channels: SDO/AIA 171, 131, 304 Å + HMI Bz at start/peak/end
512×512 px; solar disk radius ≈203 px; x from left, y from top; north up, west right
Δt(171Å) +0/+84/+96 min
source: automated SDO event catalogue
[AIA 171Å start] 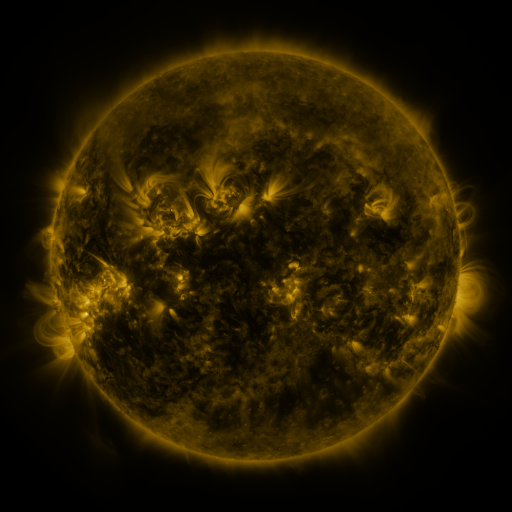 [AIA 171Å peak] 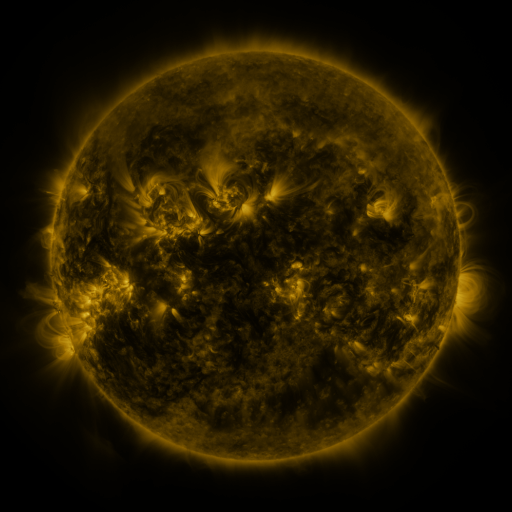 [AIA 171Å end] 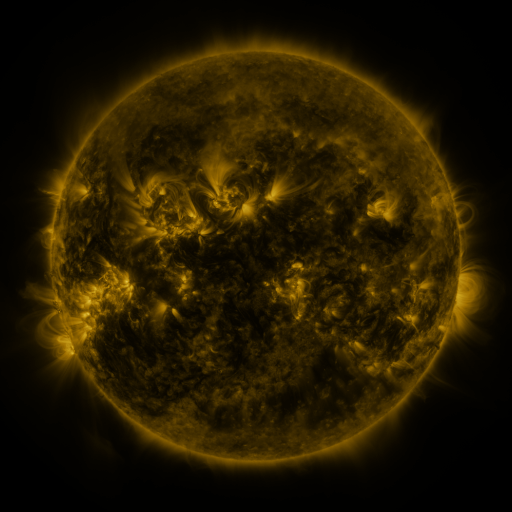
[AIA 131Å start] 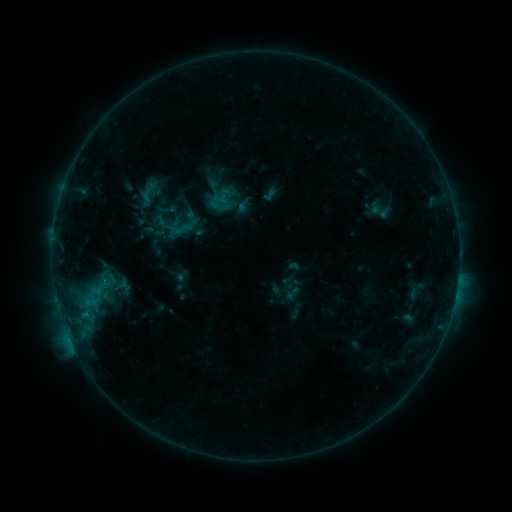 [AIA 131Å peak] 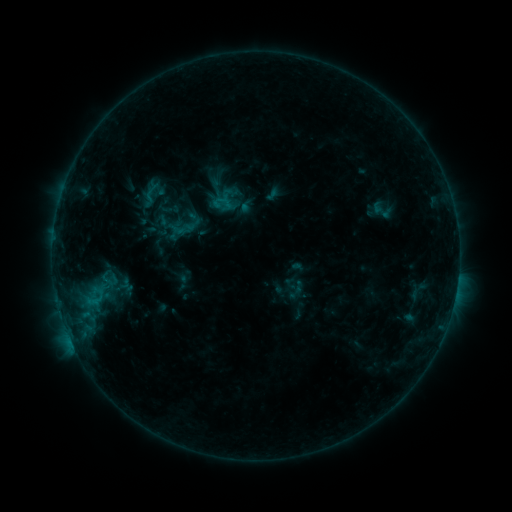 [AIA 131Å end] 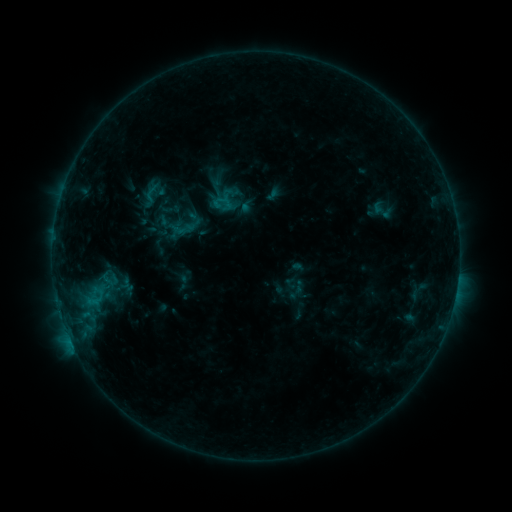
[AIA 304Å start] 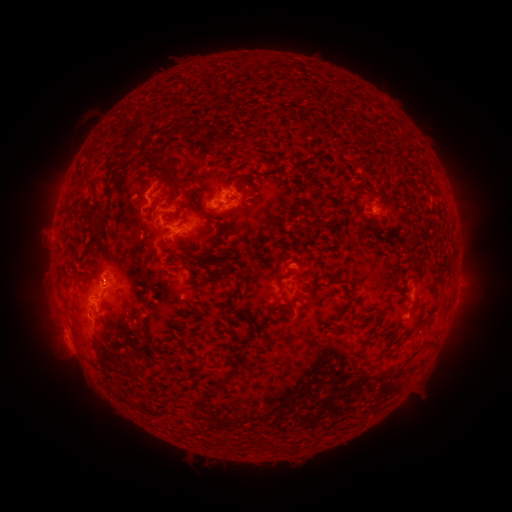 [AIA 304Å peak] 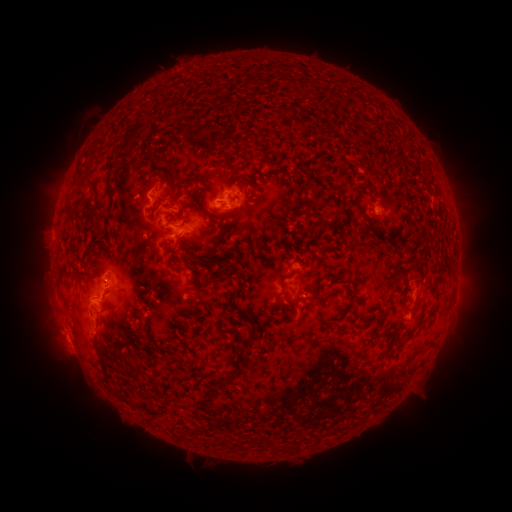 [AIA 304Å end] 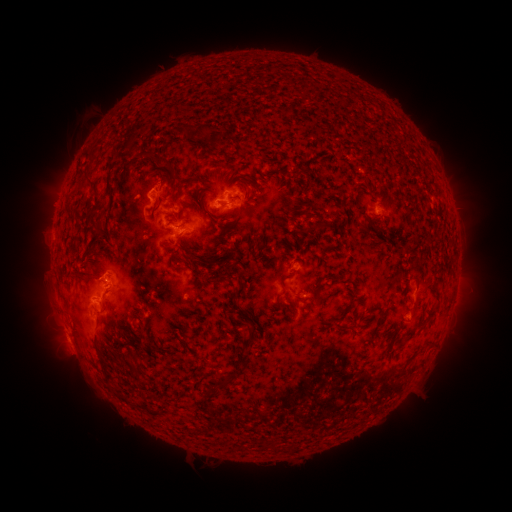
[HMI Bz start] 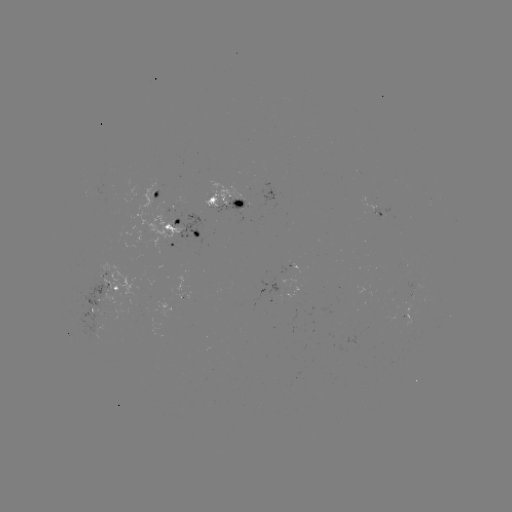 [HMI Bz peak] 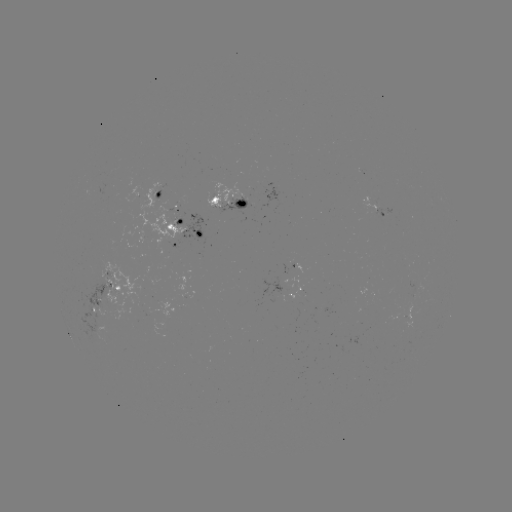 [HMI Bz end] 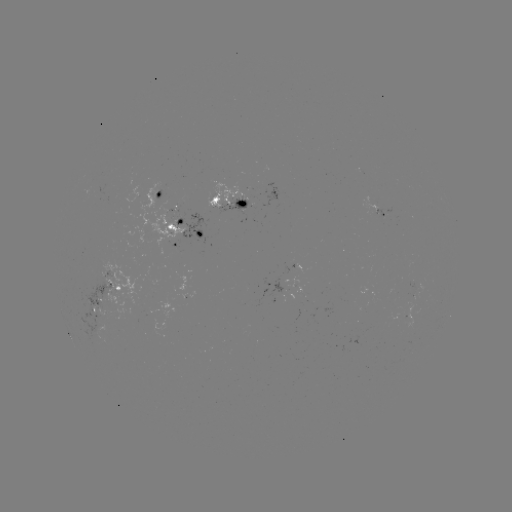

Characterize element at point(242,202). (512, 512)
emerging-flux region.